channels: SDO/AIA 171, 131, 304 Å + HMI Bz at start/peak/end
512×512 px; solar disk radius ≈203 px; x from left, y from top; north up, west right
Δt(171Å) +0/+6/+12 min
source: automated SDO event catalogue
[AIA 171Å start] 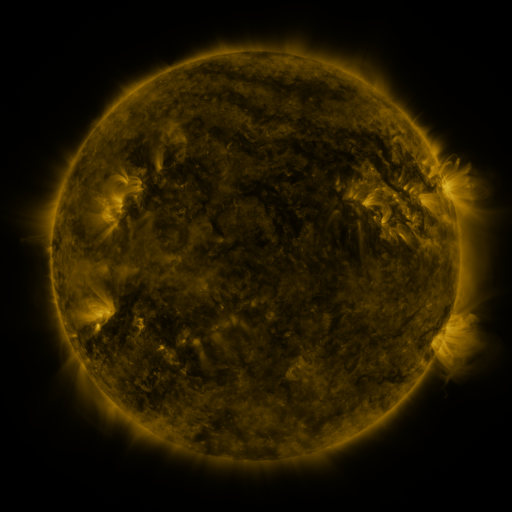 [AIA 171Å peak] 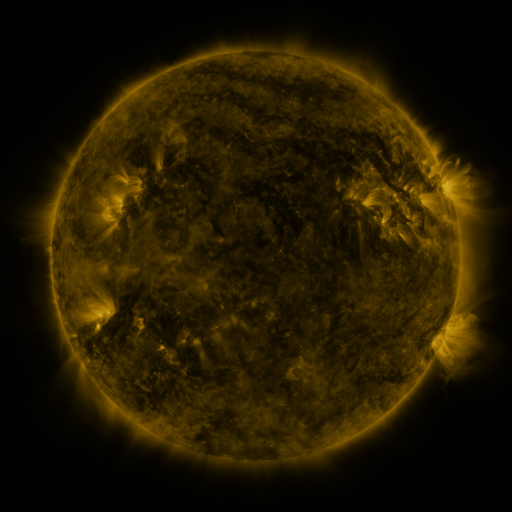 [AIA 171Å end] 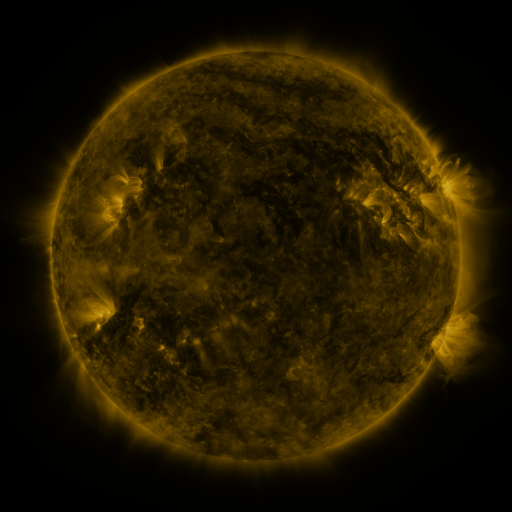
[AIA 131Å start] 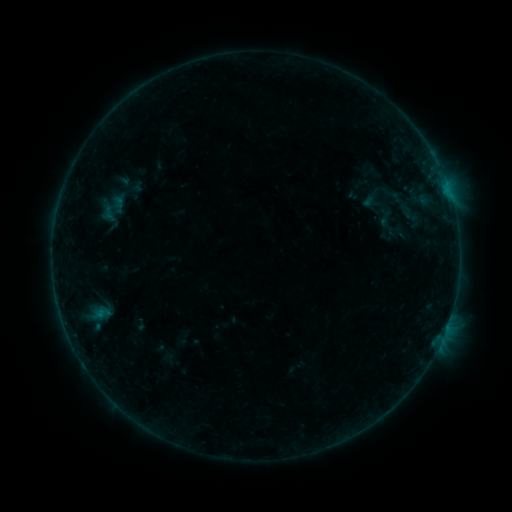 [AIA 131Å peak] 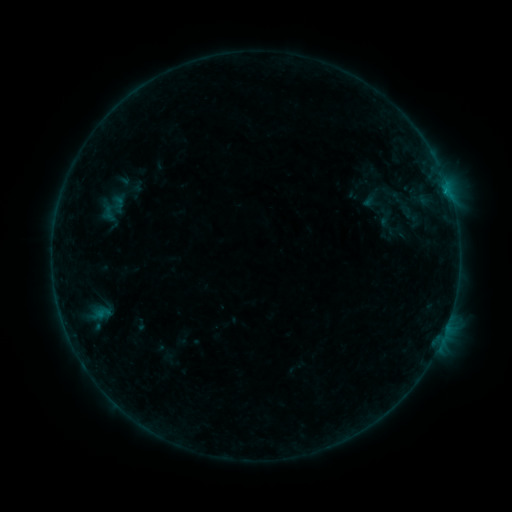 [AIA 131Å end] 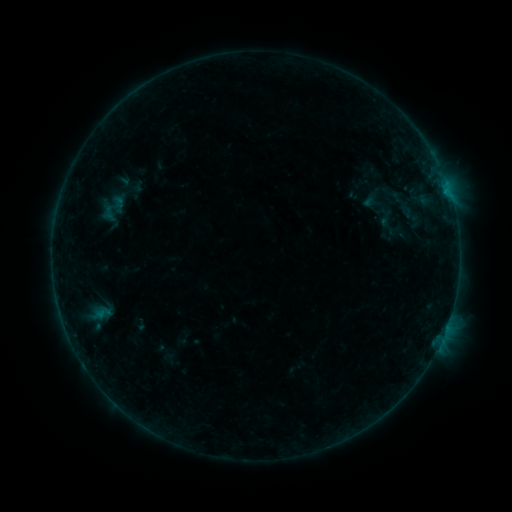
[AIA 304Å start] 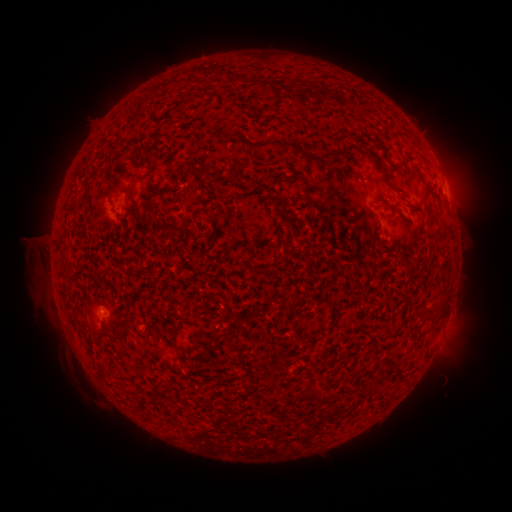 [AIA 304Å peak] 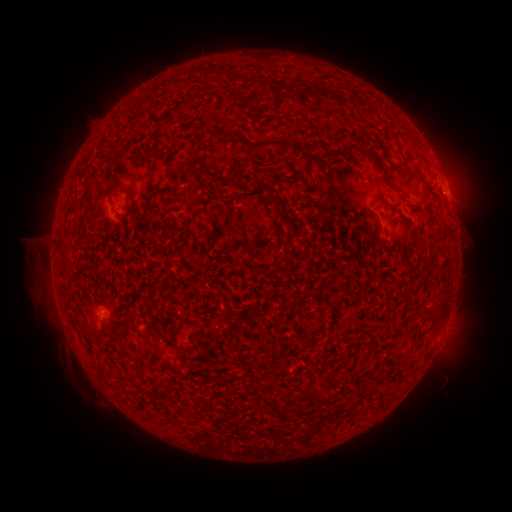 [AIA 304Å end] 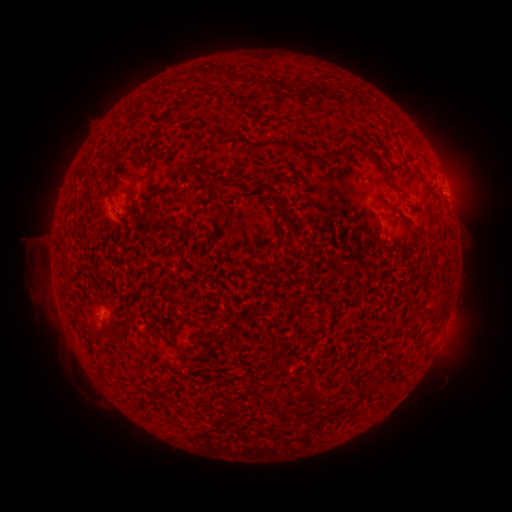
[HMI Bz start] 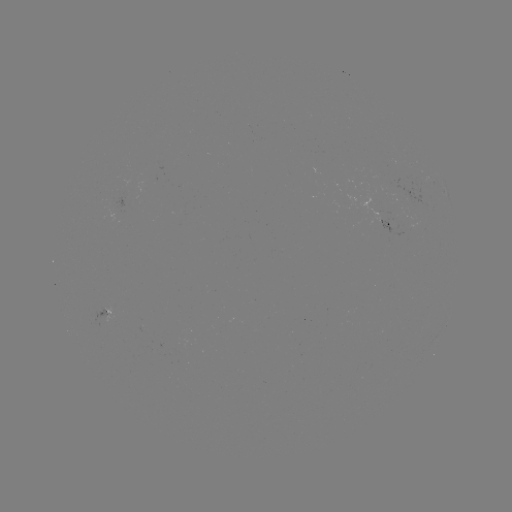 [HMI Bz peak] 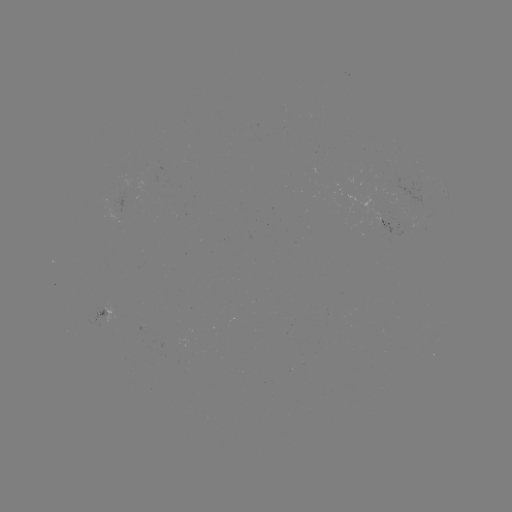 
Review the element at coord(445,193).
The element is B2.3 flare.